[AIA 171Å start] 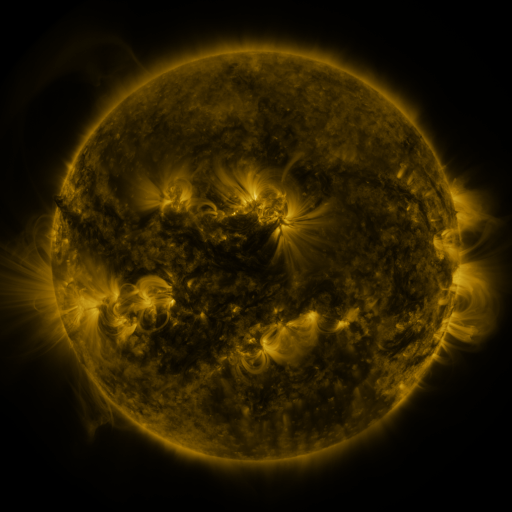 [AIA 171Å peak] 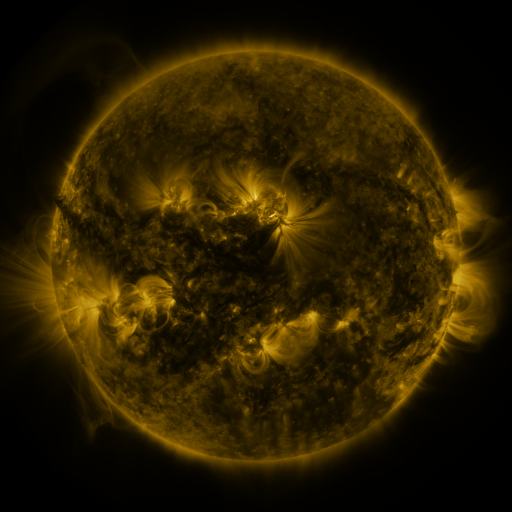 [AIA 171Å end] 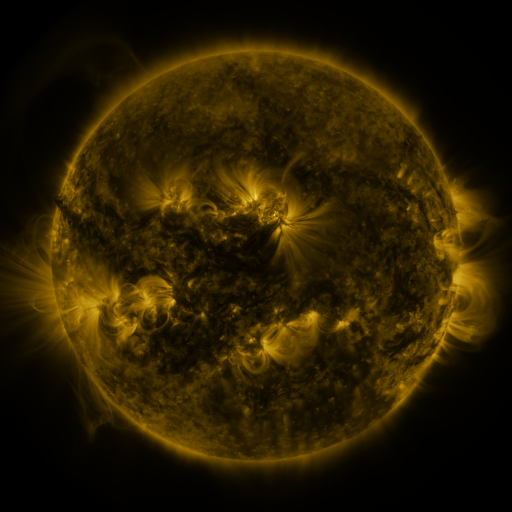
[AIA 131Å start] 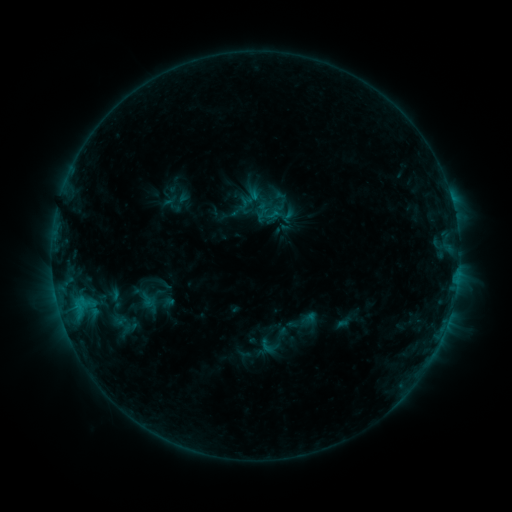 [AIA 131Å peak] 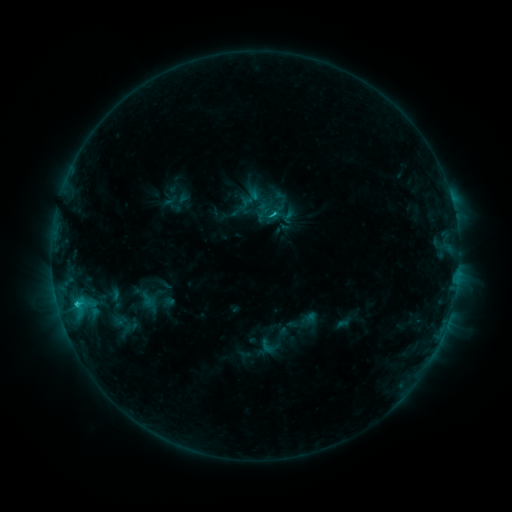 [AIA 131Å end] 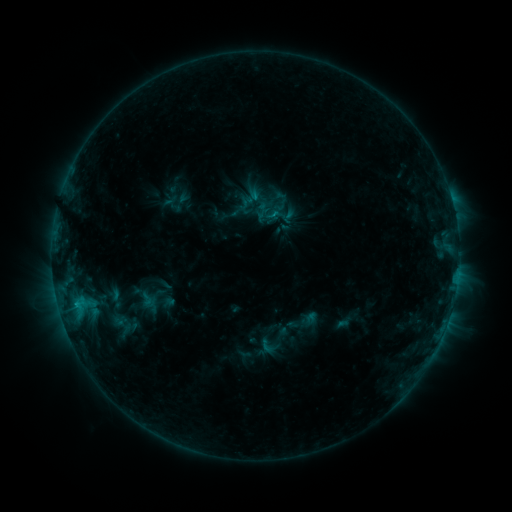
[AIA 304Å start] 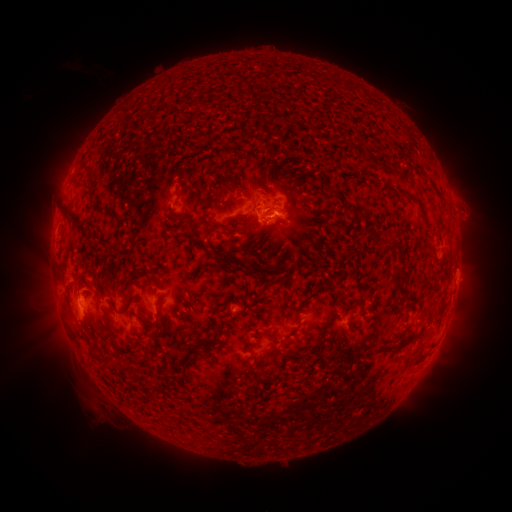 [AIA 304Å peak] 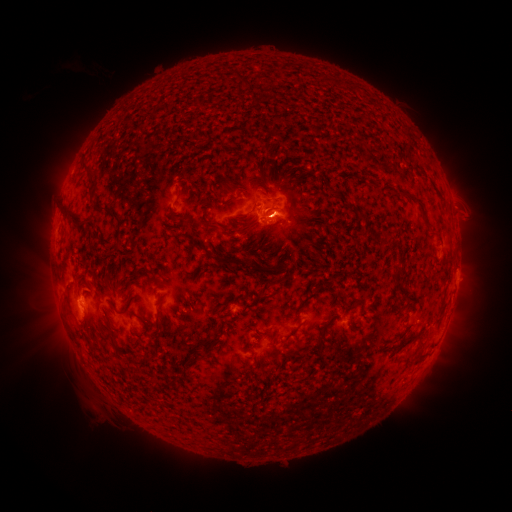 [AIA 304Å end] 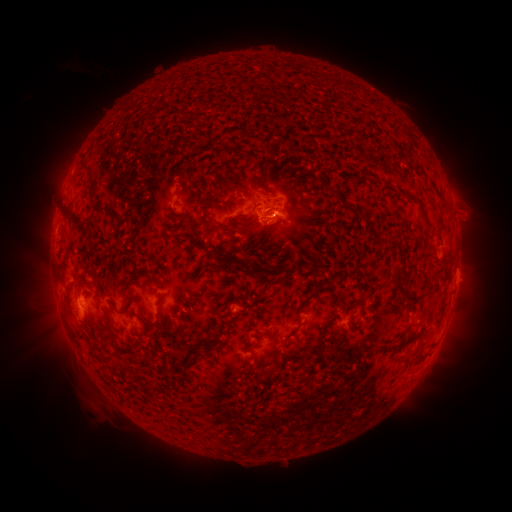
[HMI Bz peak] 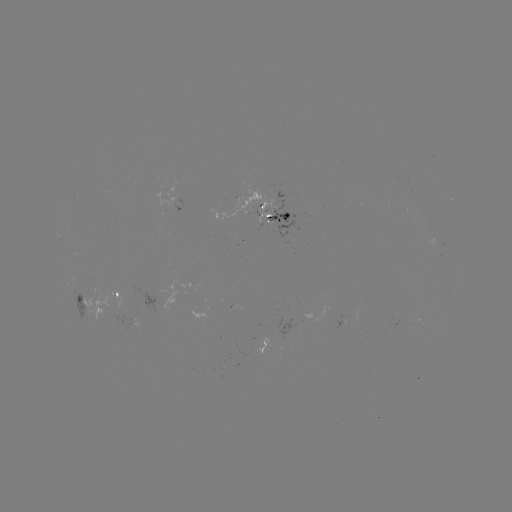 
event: flare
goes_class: C1.3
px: (78, 303)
